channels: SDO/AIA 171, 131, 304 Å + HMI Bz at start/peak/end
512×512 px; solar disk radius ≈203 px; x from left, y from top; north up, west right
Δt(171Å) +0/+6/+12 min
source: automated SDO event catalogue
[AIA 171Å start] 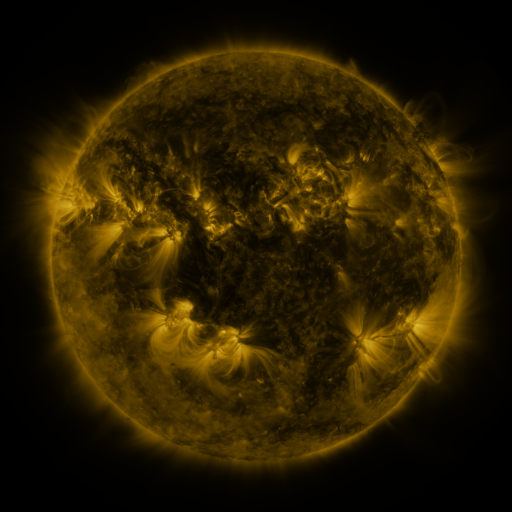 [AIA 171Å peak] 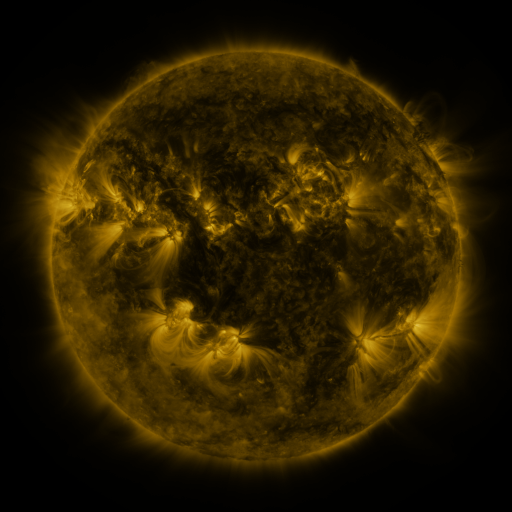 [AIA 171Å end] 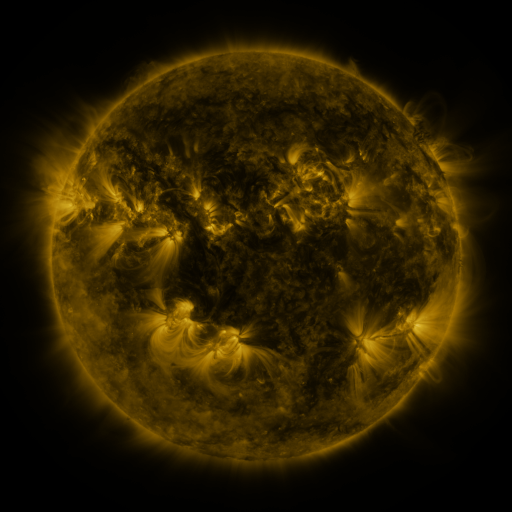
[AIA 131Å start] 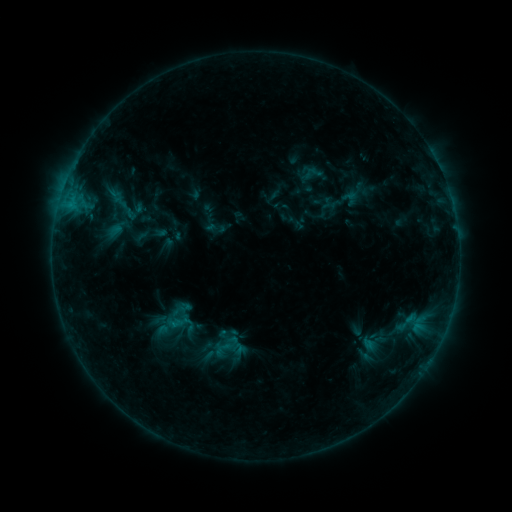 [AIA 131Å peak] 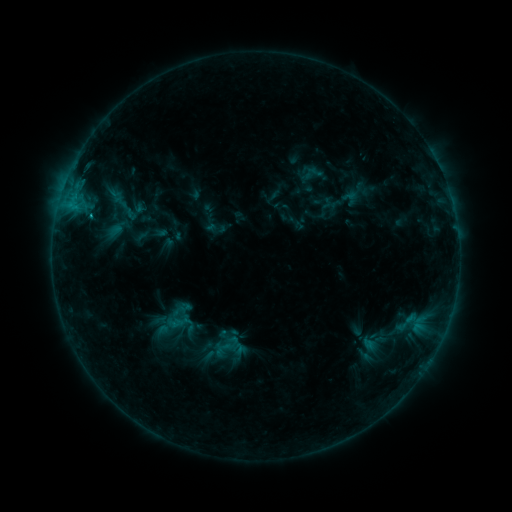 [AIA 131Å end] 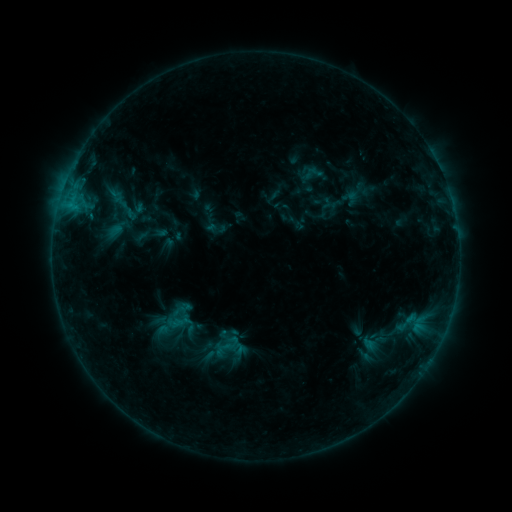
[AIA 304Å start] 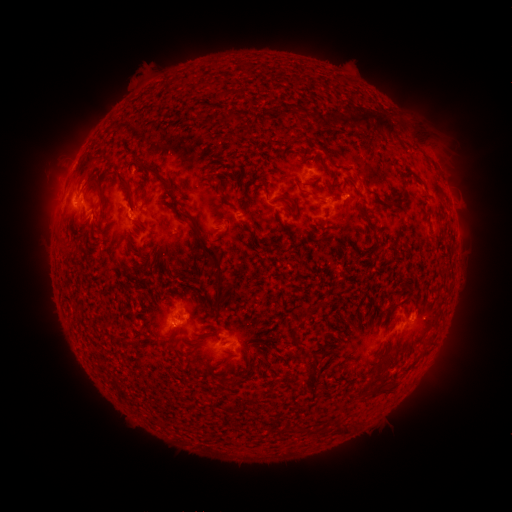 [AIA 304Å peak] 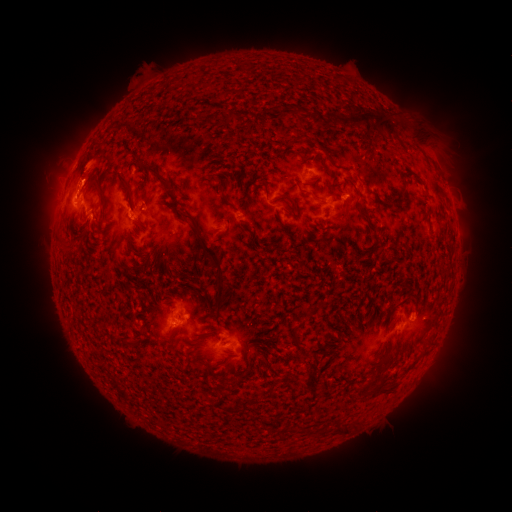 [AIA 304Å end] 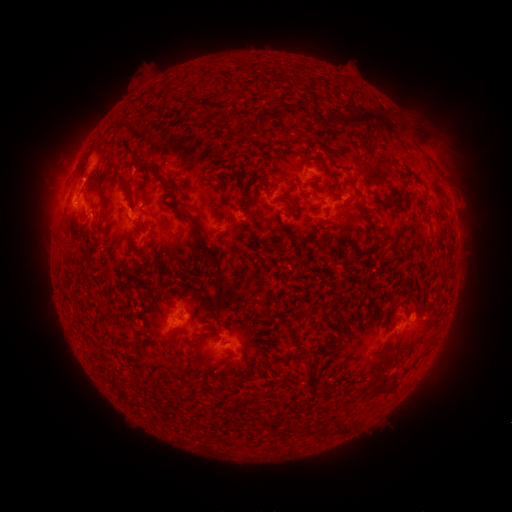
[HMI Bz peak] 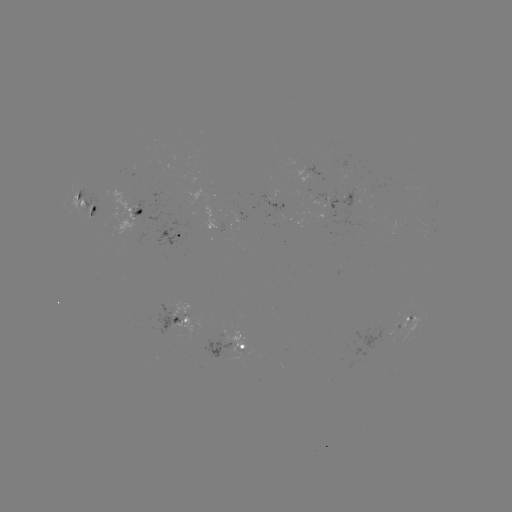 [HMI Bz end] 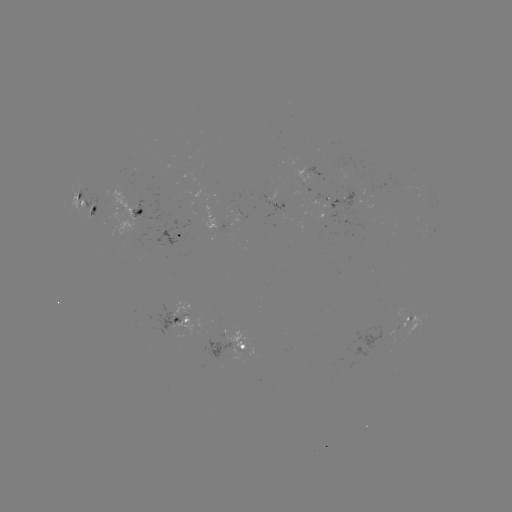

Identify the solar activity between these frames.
B8.0 flare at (77, 192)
